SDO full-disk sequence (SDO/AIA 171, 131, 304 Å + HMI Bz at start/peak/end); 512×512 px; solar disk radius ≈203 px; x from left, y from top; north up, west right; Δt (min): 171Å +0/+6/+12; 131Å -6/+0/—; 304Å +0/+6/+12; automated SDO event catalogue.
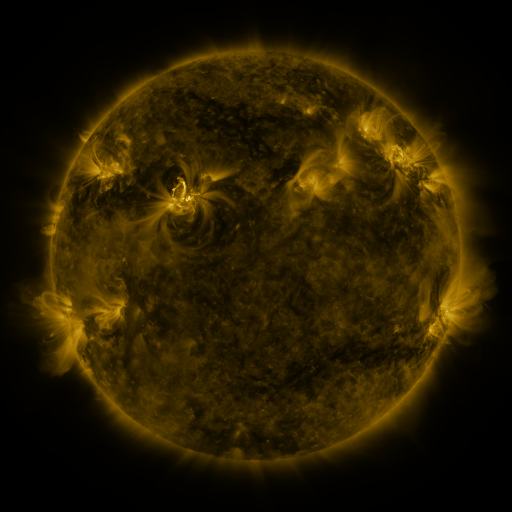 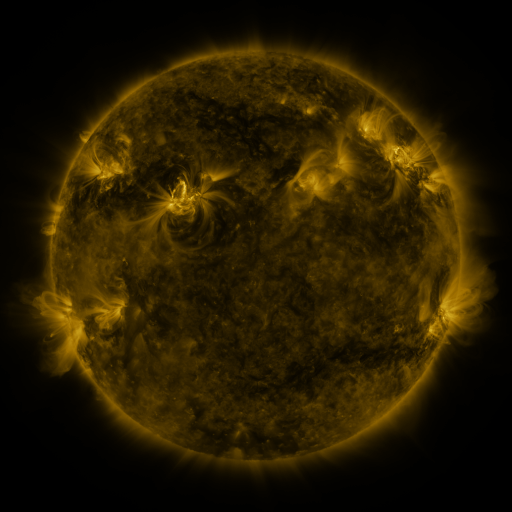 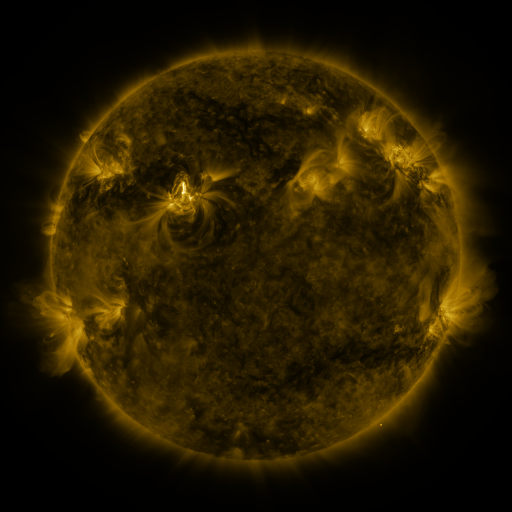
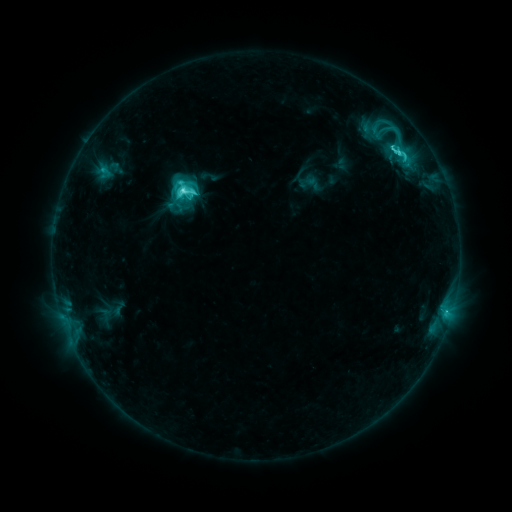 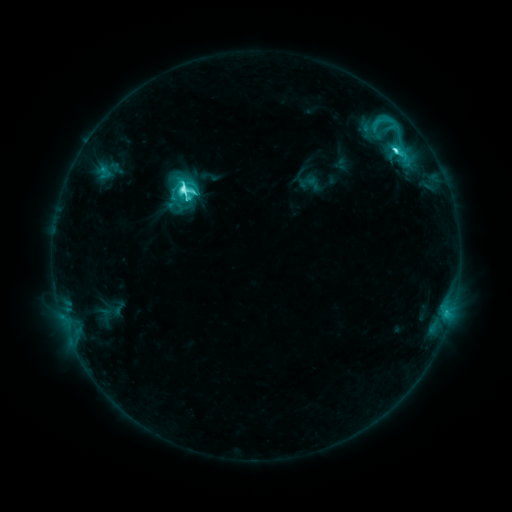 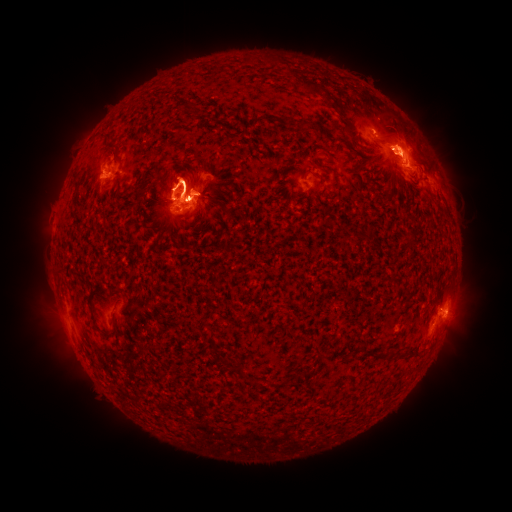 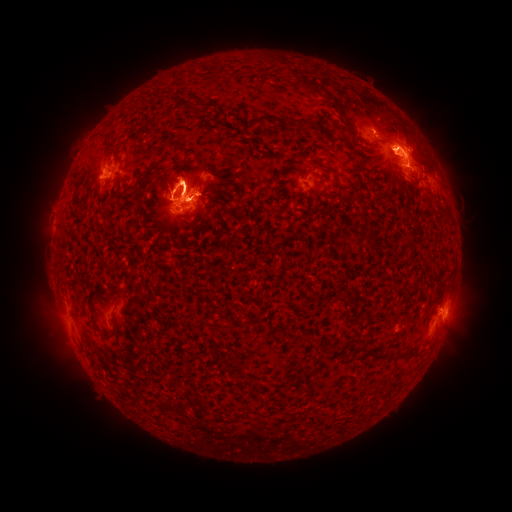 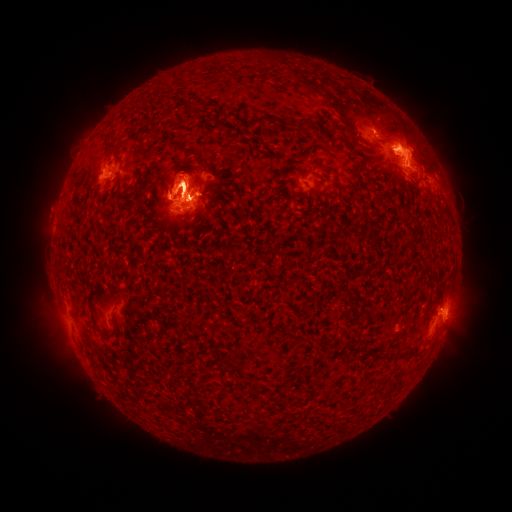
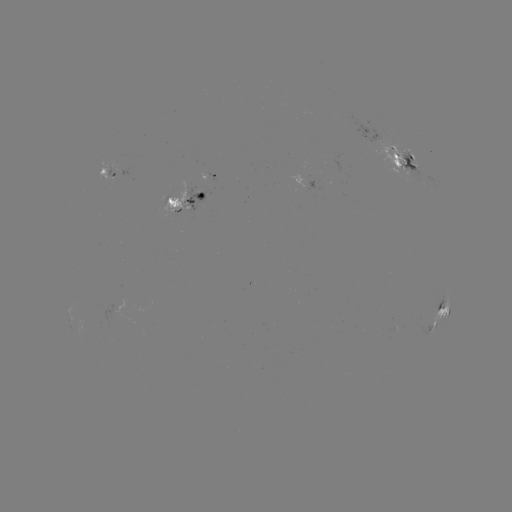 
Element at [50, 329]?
eruption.